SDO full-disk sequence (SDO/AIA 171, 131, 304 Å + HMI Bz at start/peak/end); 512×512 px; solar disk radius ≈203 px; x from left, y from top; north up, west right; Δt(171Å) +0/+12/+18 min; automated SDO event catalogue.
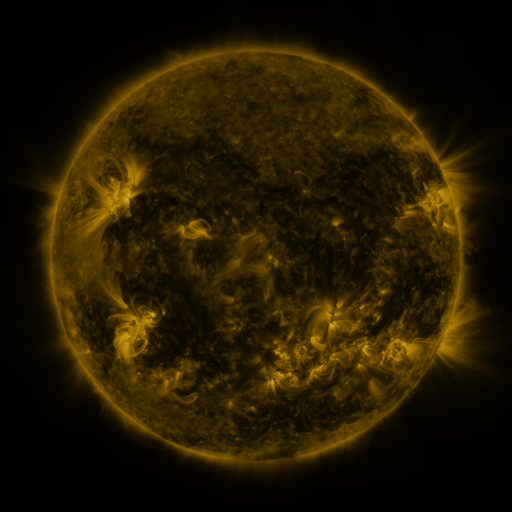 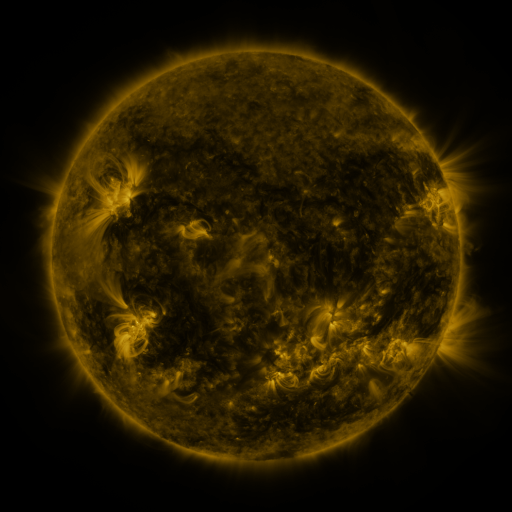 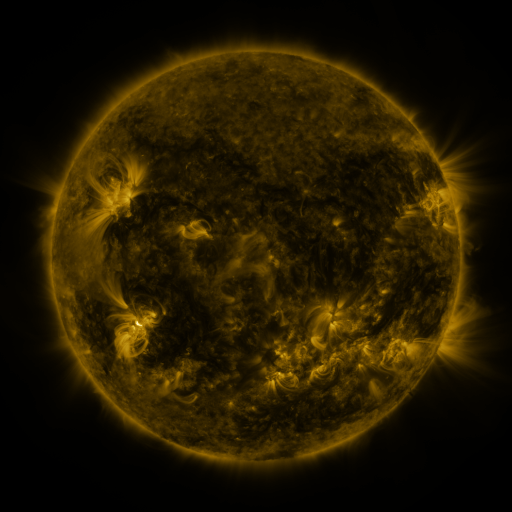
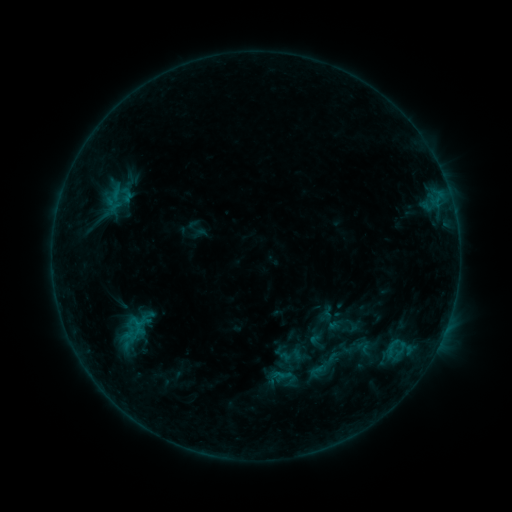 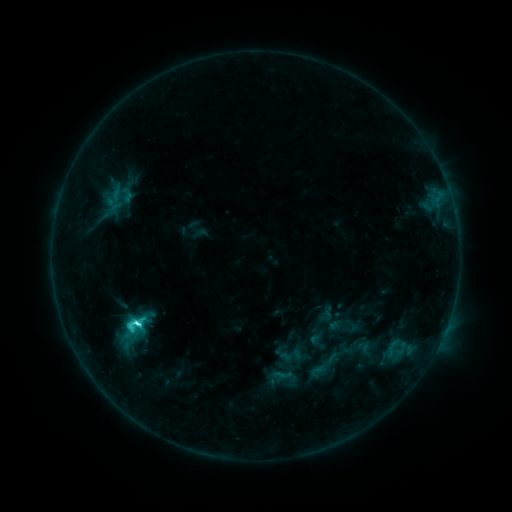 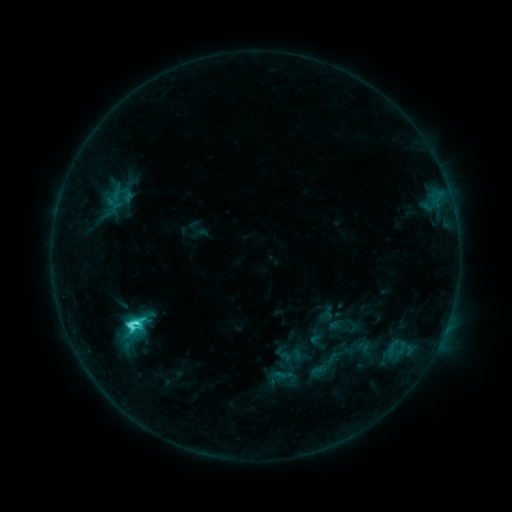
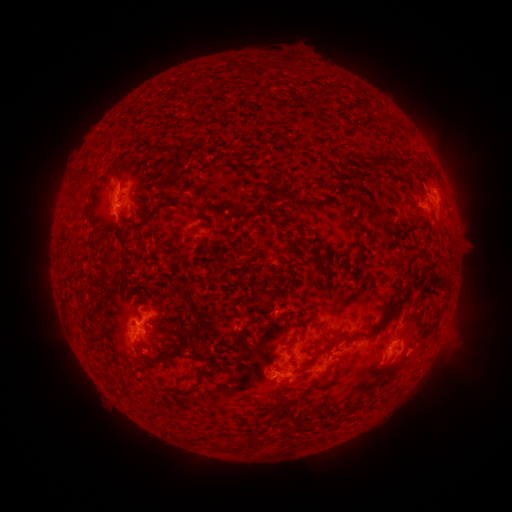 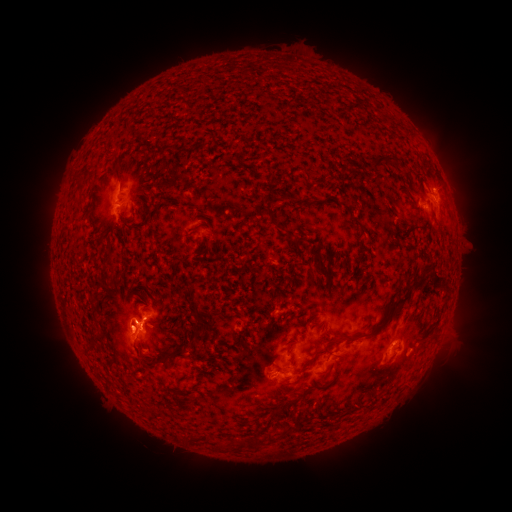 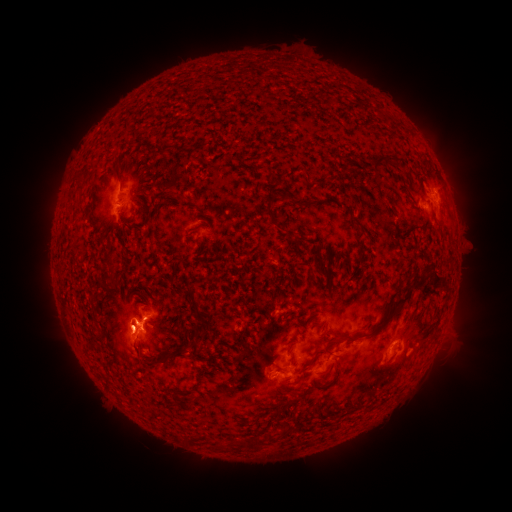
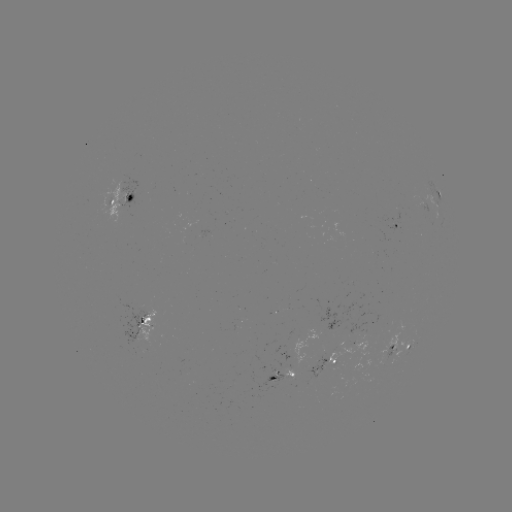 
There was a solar flare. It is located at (139, 322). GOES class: C4.2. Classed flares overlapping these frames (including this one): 1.